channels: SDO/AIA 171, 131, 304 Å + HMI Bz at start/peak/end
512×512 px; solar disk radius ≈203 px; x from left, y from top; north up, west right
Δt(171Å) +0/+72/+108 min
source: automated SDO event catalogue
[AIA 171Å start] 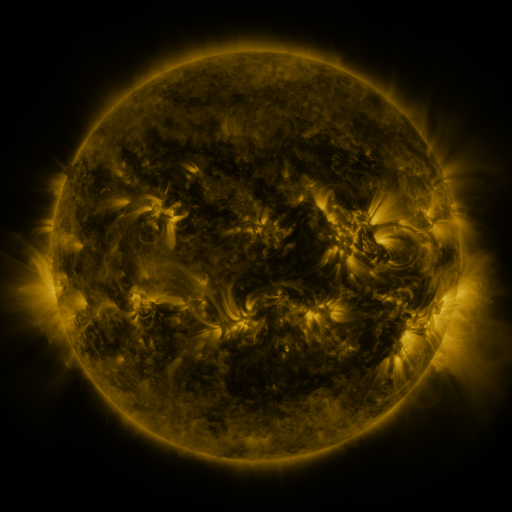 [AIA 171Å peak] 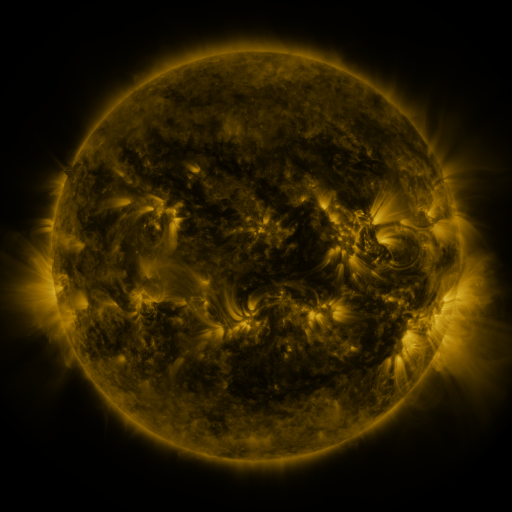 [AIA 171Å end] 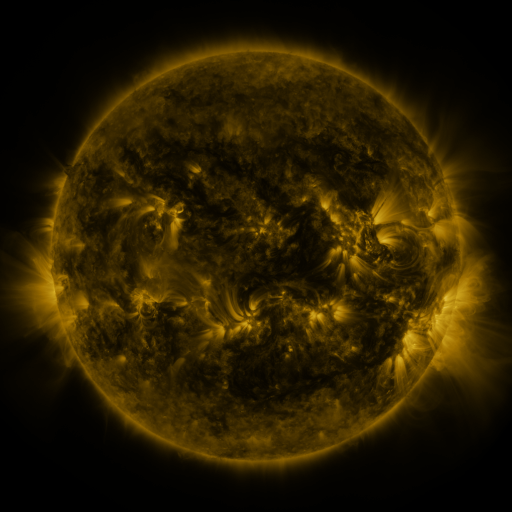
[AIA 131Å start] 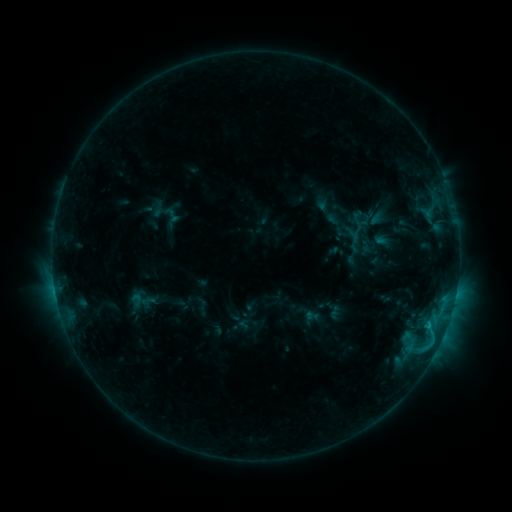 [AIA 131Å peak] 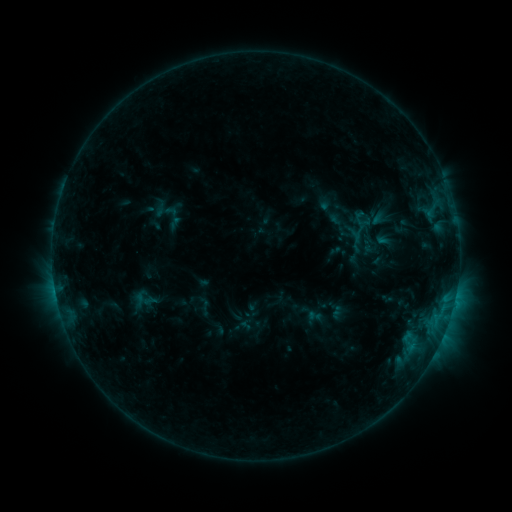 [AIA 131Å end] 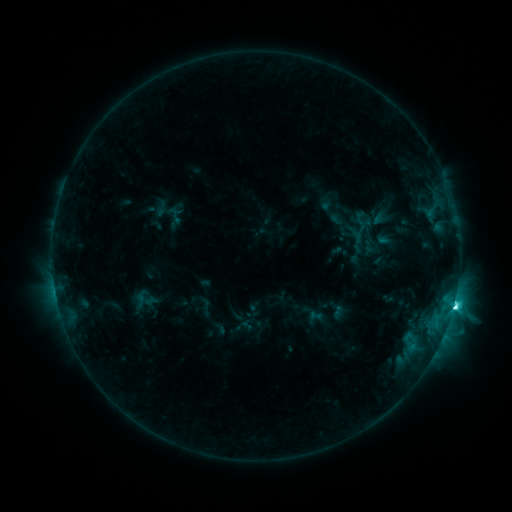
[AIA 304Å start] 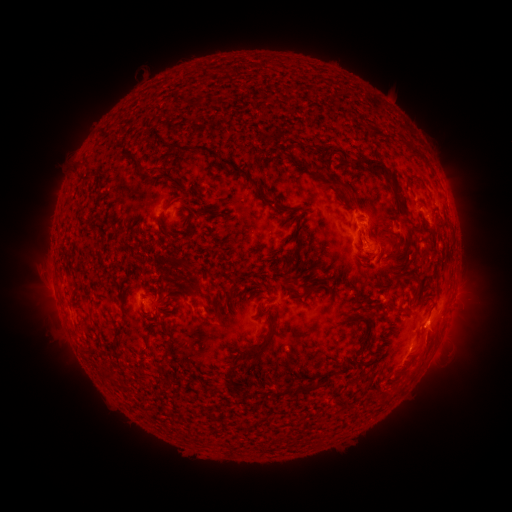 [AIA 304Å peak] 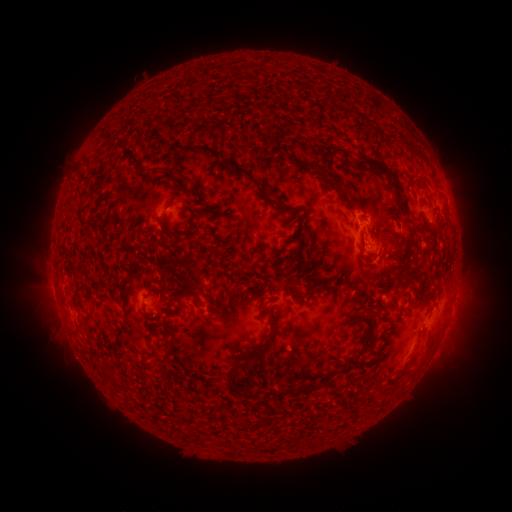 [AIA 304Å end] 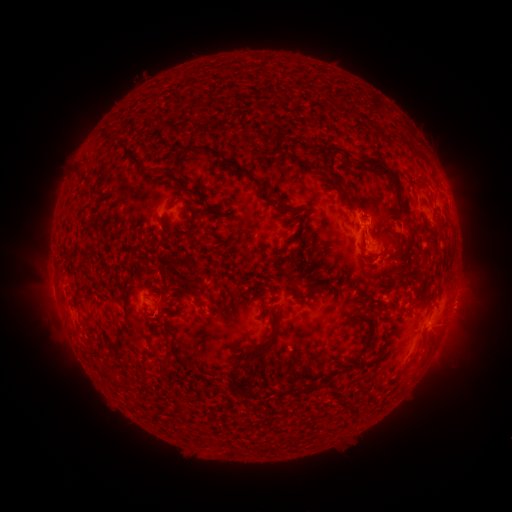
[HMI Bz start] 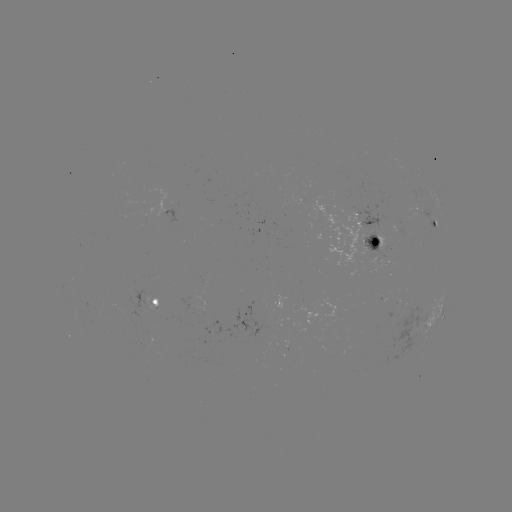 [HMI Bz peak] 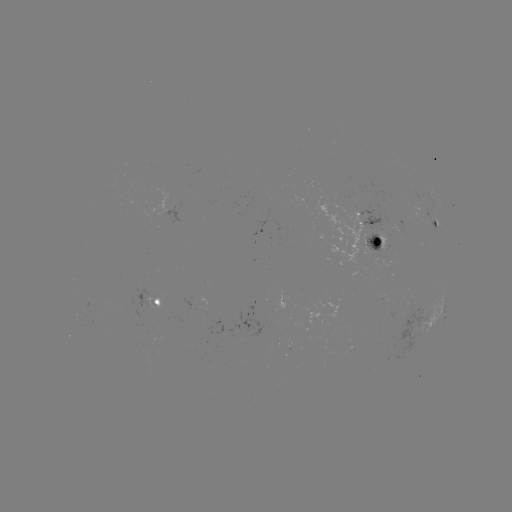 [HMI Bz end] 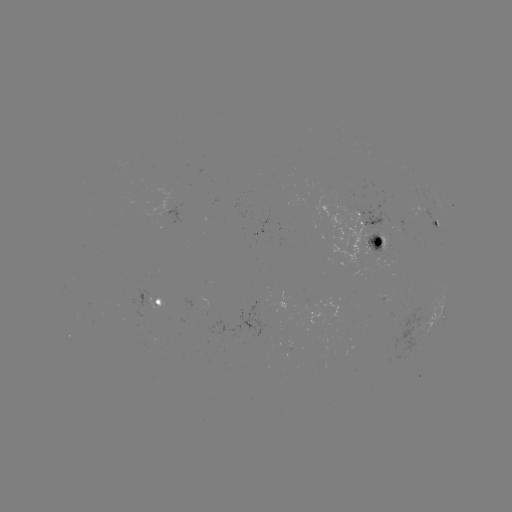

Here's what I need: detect emerging-flux region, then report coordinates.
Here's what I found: emerging-flux region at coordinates [413, 191].